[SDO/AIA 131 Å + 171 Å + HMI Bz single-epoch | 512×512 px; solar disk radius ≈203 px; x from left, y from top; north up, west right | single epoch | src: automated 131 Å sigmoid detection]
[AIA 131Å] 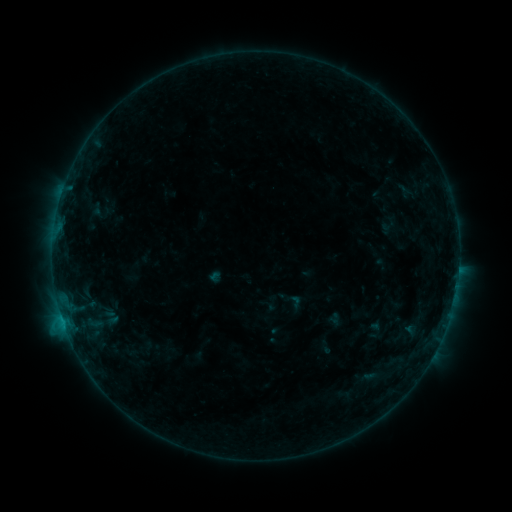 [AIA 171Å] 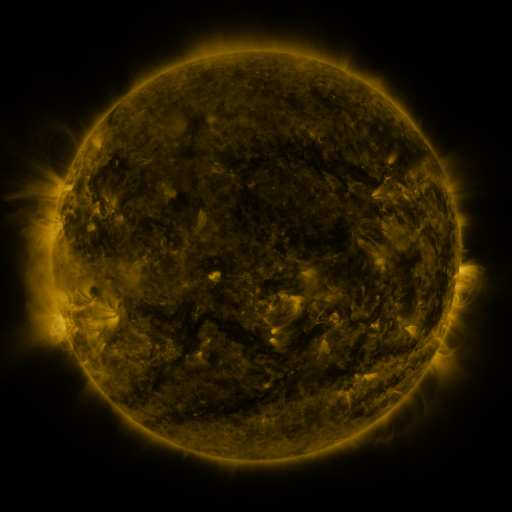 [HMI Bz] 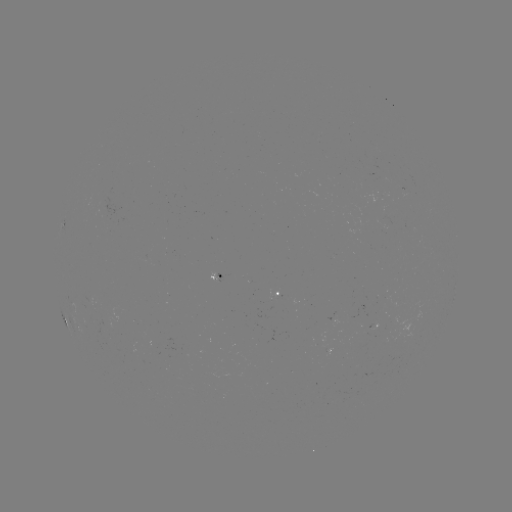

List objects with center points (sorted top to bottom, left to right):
sigmoid: (376, 331)
